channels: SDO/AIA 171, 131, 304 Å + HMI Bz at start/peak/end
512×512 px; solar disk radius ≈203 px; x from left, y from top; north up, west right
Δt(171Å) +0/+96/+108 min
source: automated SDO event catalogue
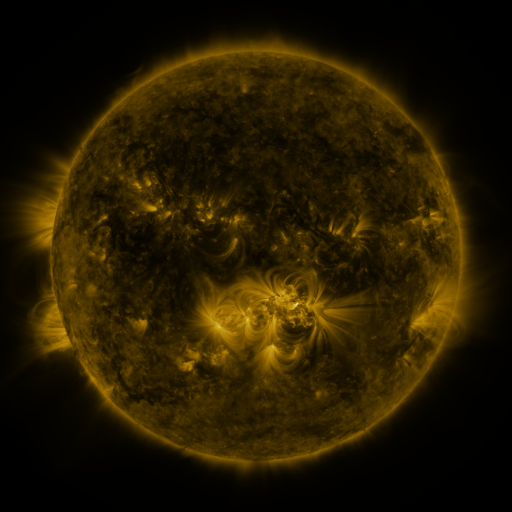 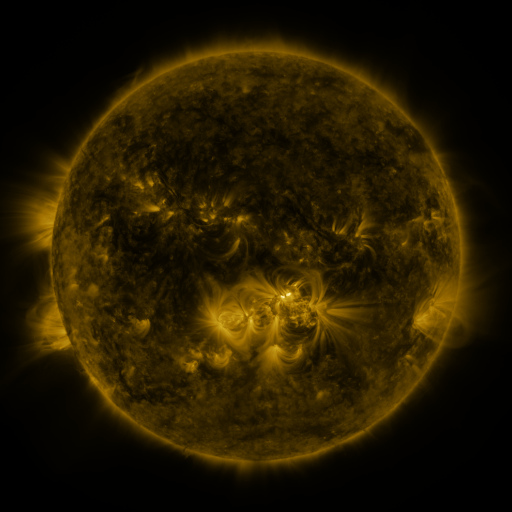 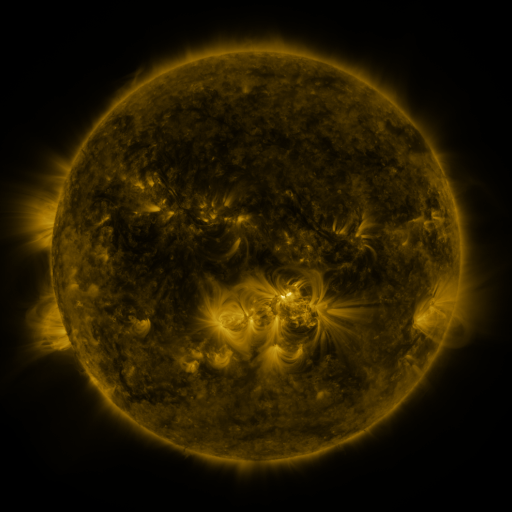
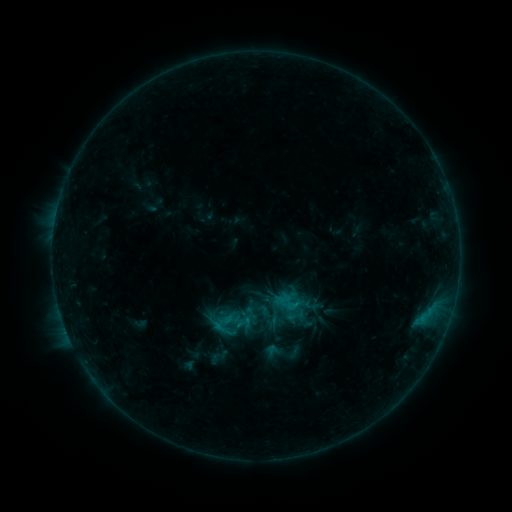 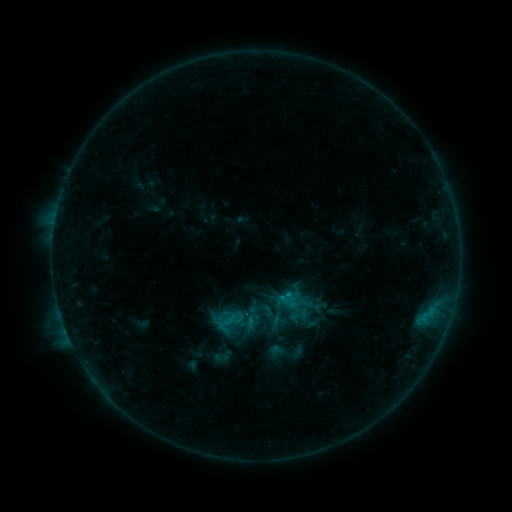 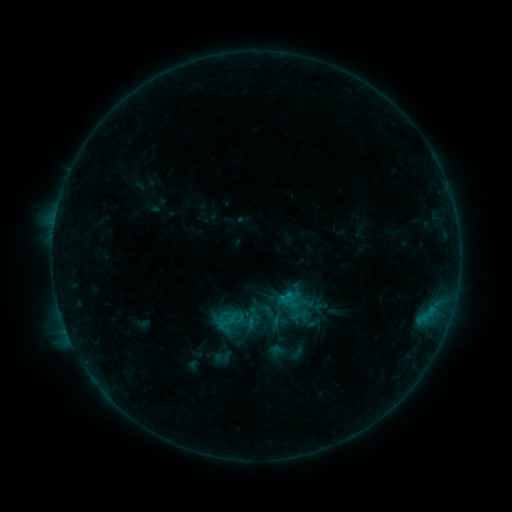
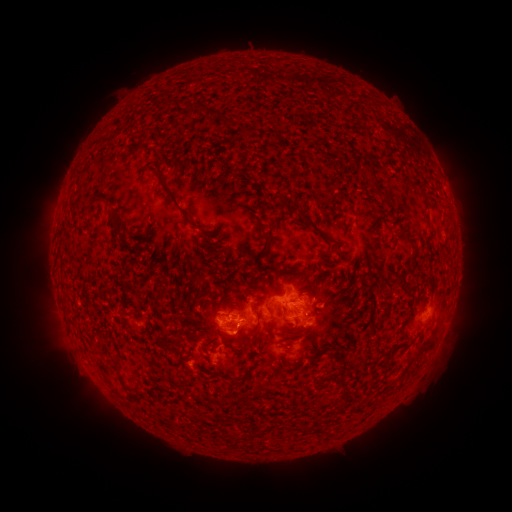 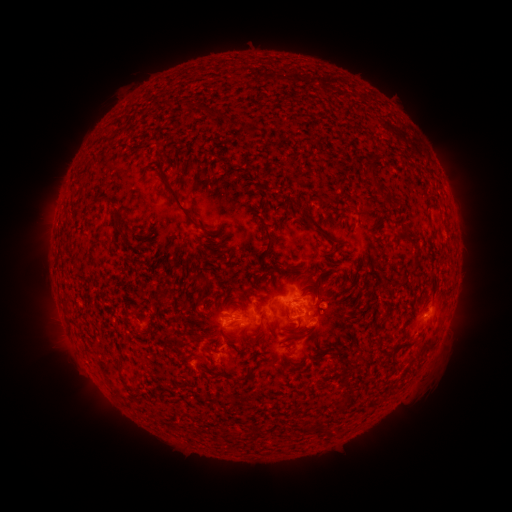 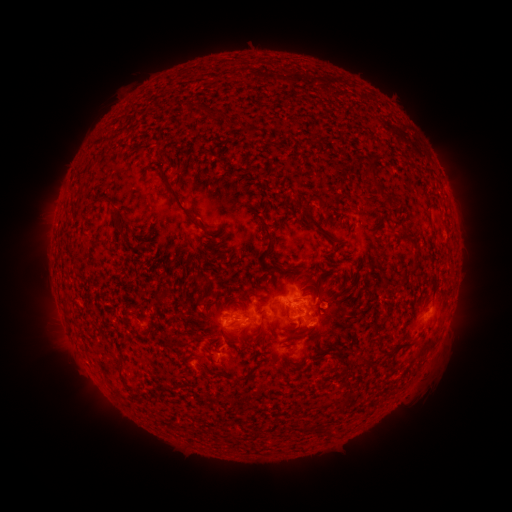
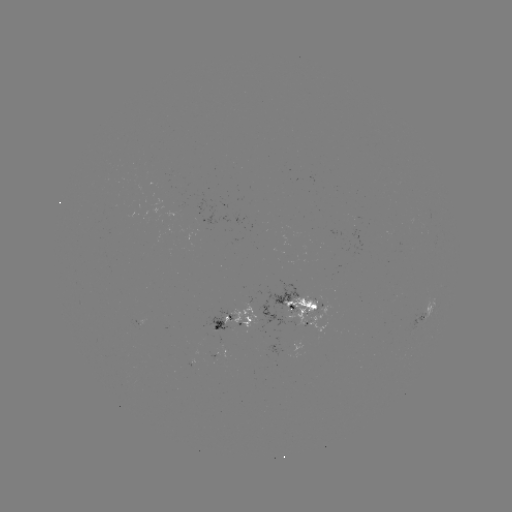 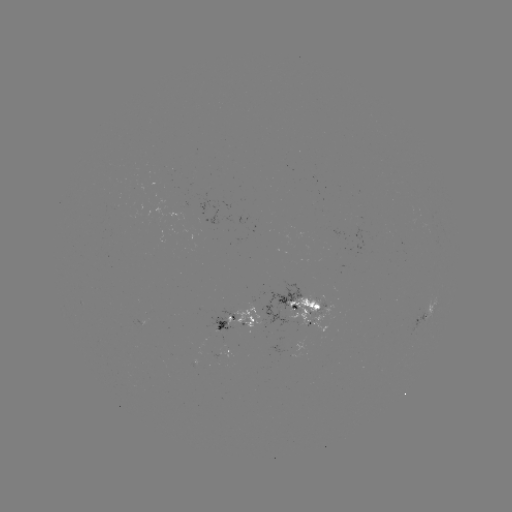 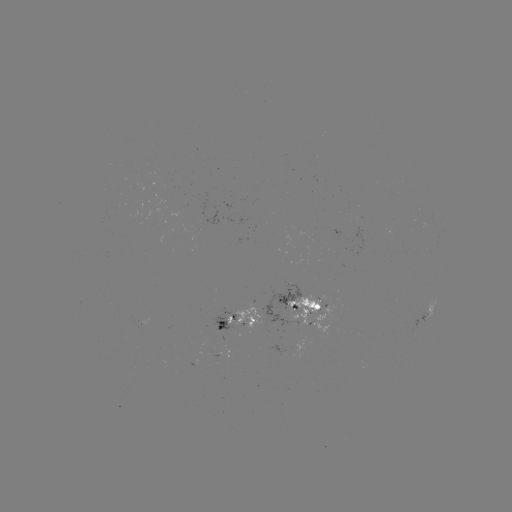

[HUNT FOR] emerging-flux region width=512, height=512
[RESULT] (241, 321)